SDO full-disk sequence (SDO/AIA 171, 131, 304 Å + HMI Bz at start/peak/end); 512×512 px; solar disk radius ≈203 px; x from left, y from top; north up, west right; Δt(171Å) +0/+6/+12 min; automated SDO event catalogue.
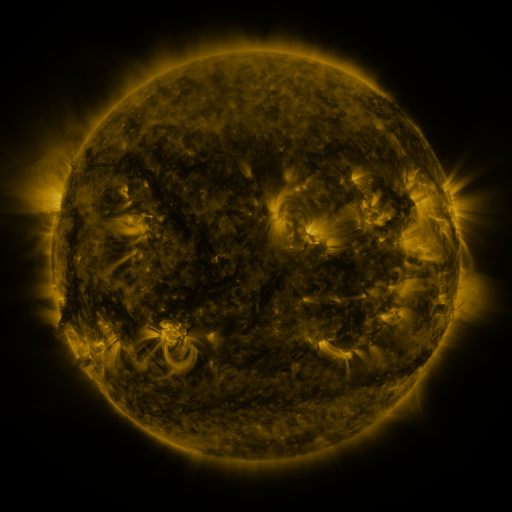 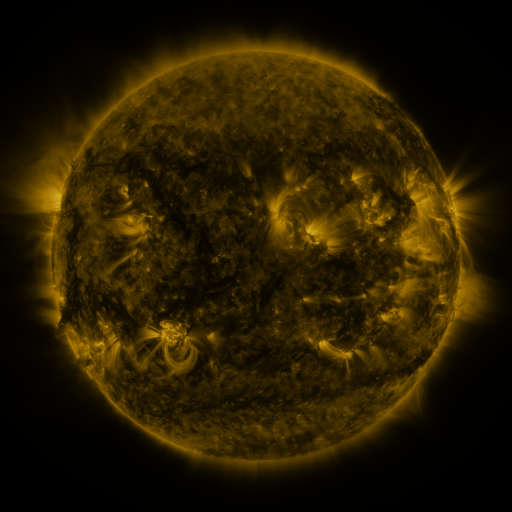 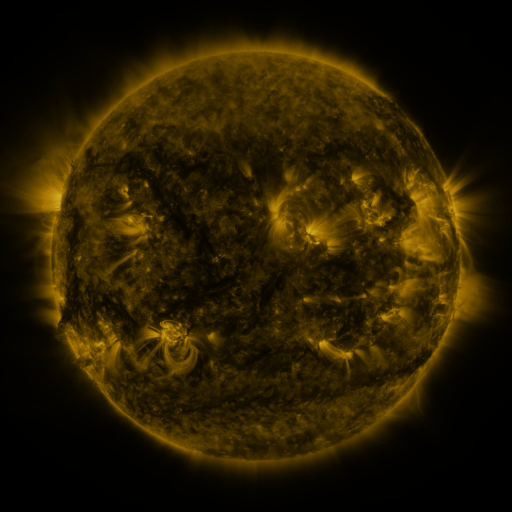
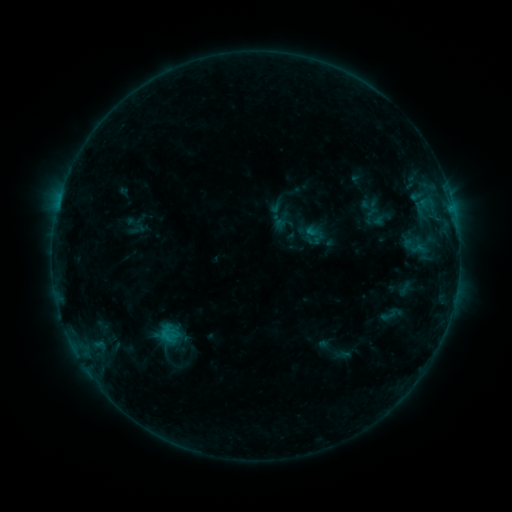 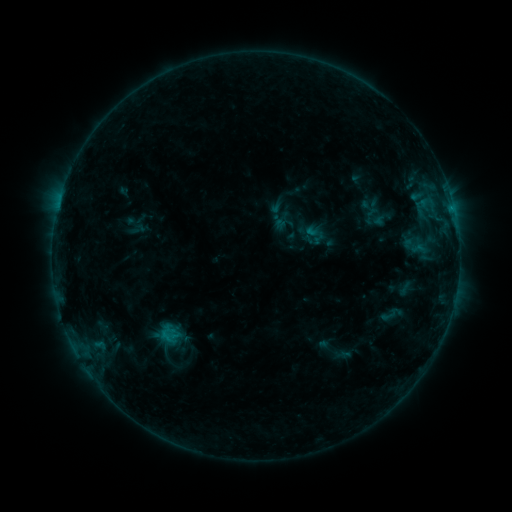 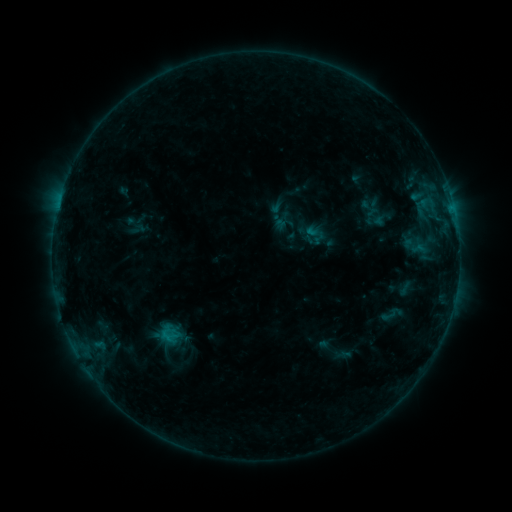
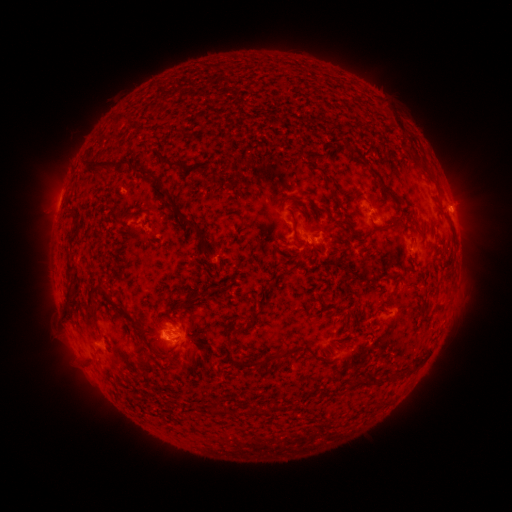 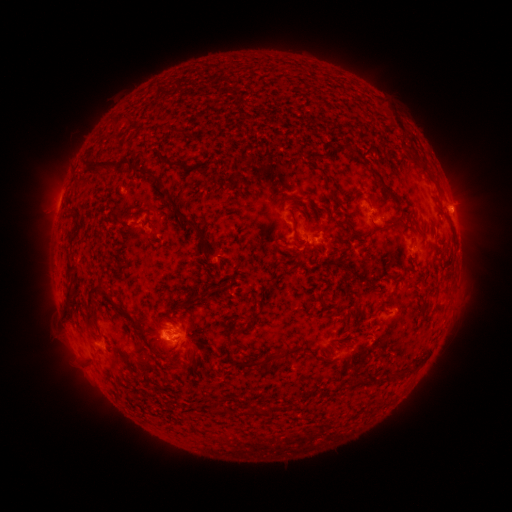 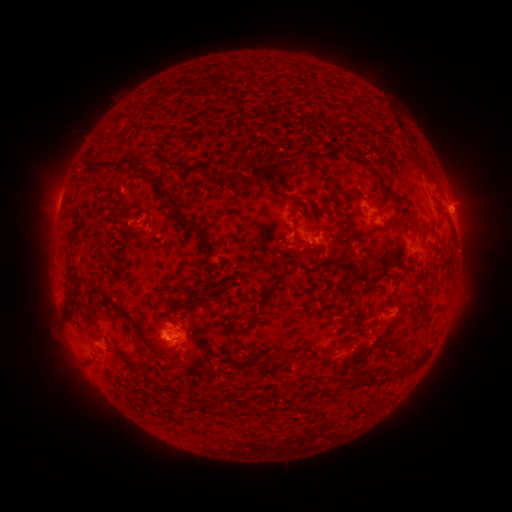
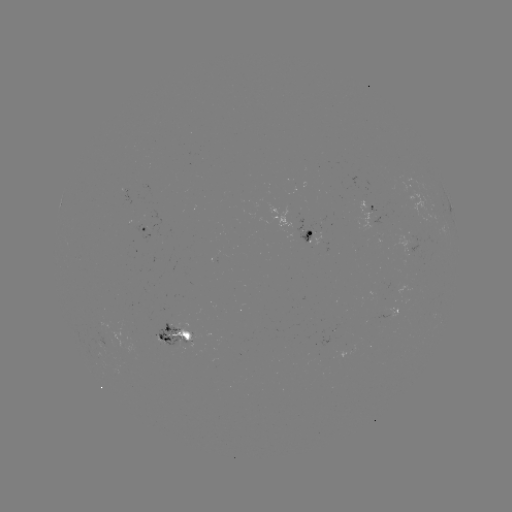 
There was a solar flare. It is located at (451, 210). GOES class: B5.0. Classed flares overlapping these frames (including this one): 1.